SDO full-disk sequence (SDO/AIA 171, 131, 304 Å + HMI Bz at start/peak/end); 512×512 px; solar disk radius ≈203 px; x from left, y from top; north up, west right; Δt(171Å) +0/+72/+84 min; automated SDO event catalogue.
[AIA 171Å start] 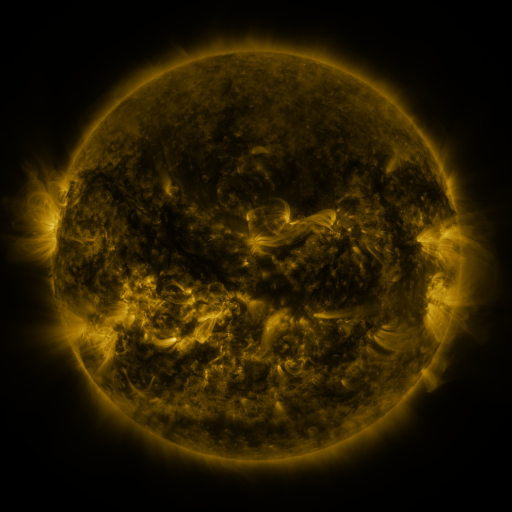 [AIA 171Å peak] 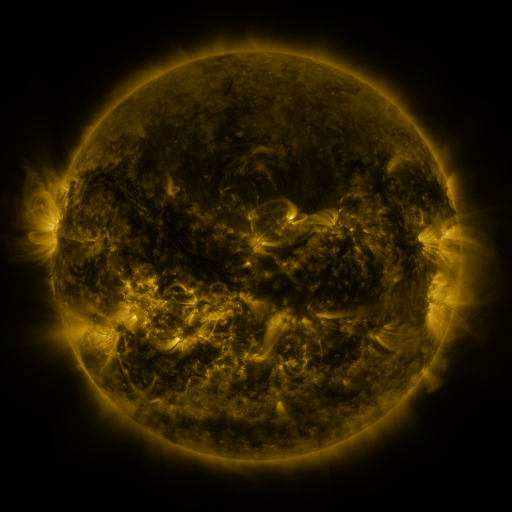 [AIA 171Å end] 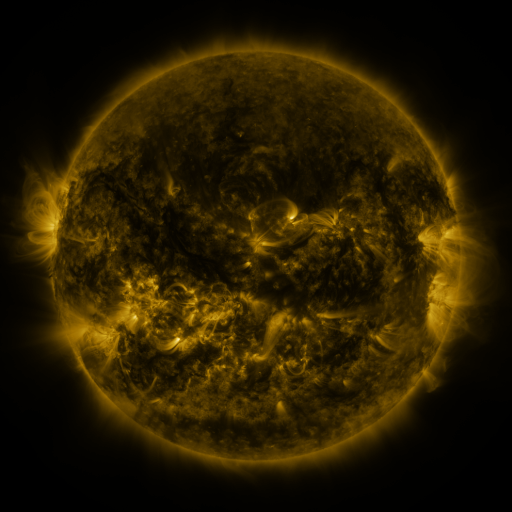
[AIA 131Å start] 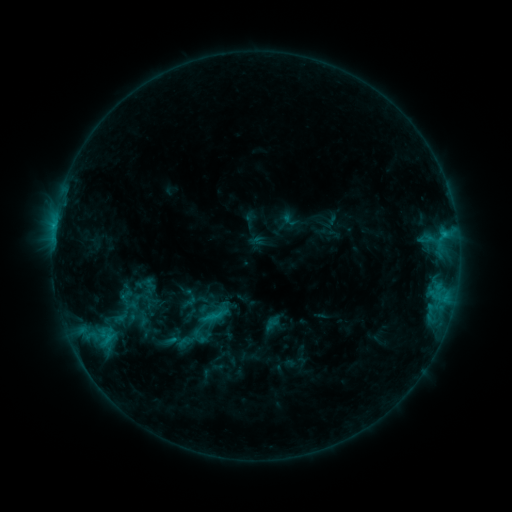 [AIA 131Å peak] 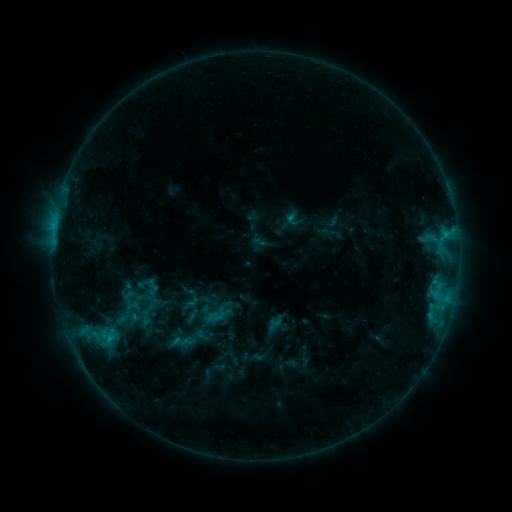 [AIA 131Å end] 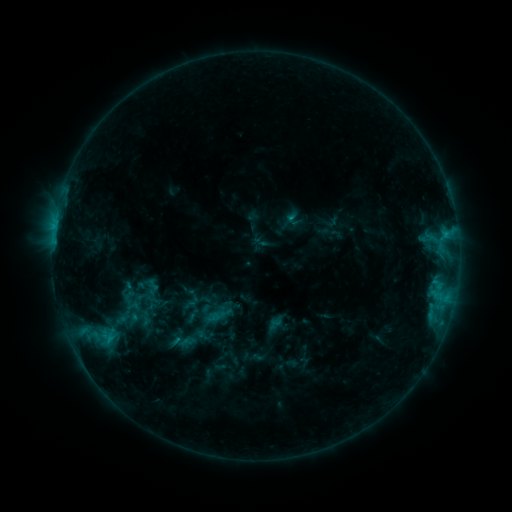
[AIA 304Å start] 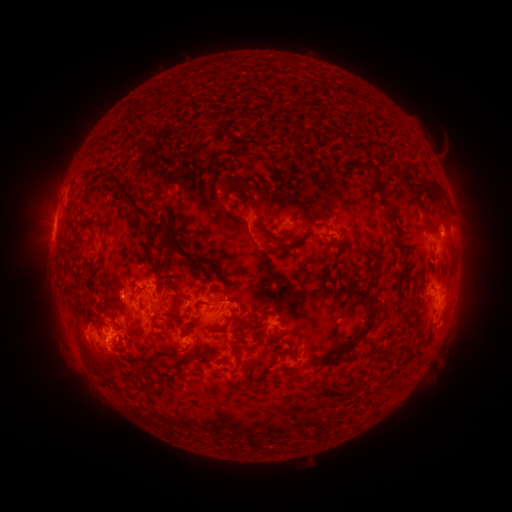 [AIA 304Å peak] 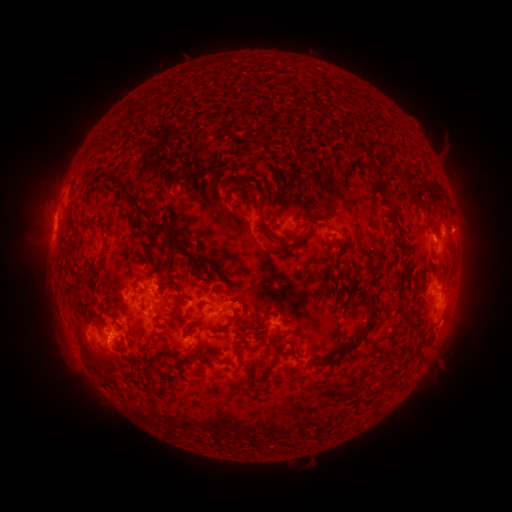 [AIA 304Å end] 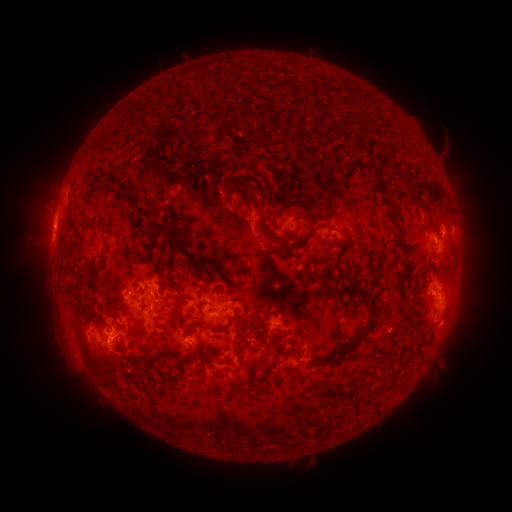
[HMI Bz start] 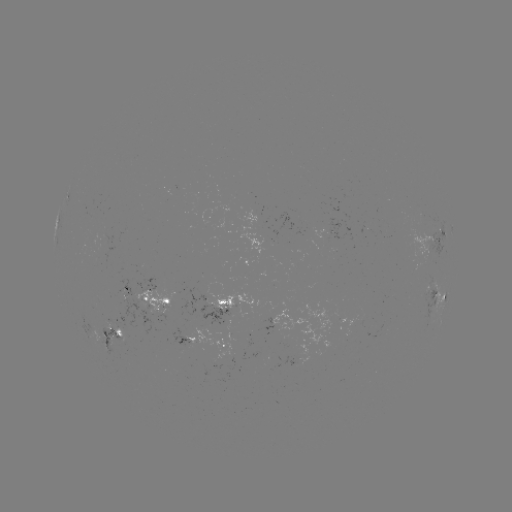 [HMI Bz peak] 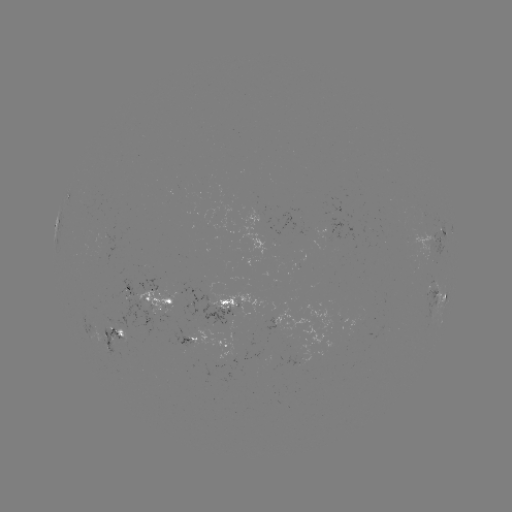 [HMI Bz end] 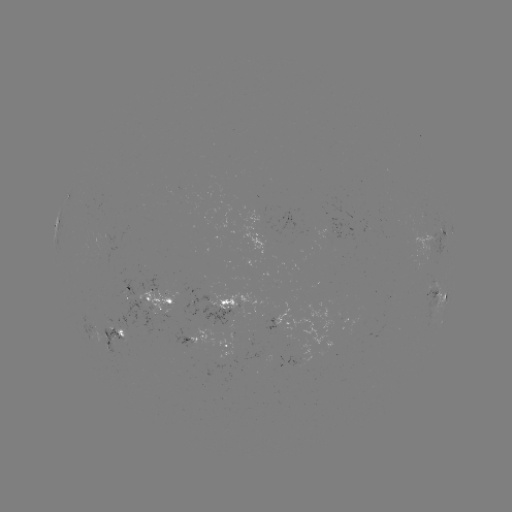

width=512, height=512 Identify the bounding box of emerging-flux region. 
[104, 298, 163, 339].